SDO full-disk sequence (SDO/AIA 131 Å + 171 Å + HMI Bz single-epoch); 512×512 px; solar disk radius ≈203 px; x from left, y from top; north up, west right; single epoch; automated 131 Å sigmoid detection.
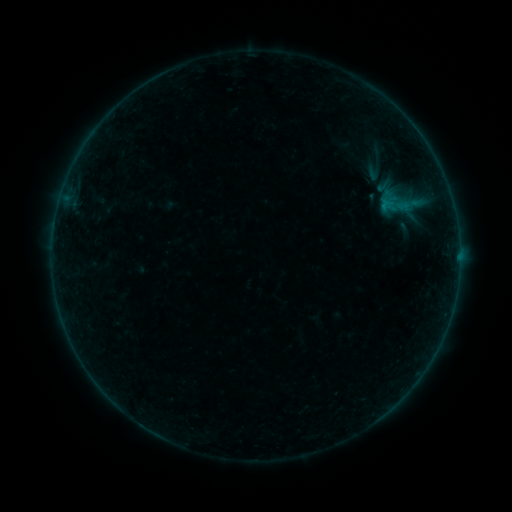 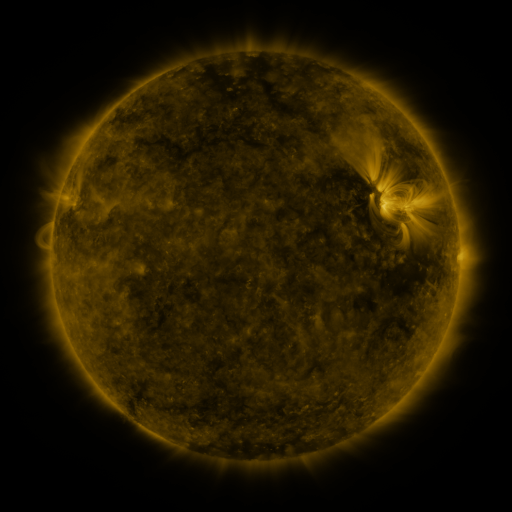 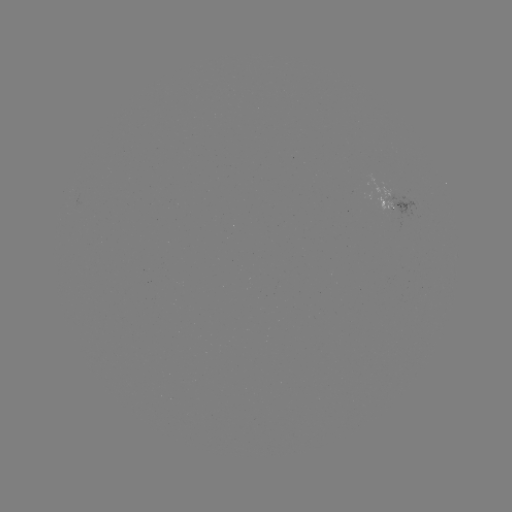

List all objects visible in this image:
sigmoid: (384, 185)
